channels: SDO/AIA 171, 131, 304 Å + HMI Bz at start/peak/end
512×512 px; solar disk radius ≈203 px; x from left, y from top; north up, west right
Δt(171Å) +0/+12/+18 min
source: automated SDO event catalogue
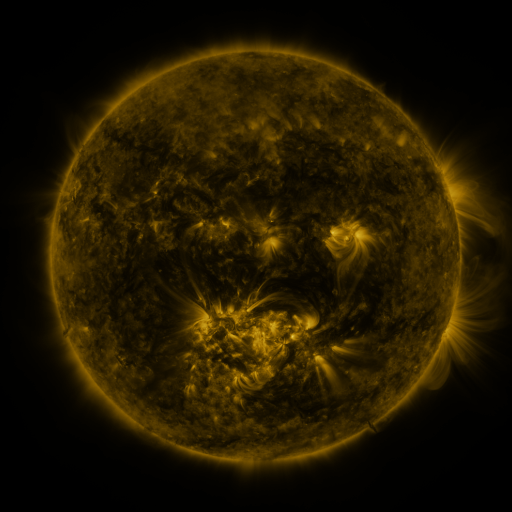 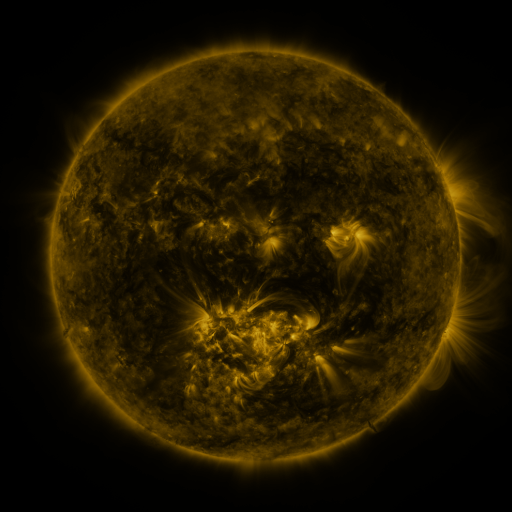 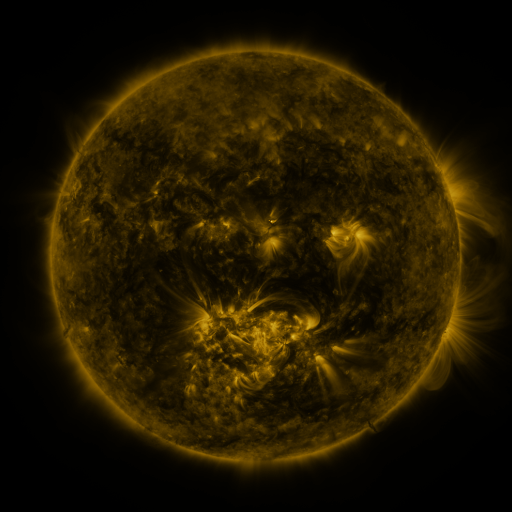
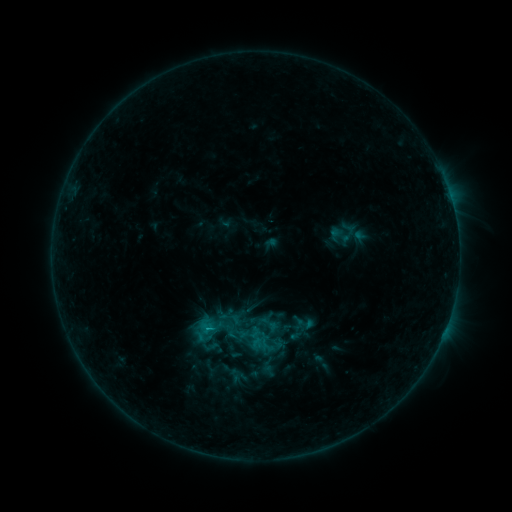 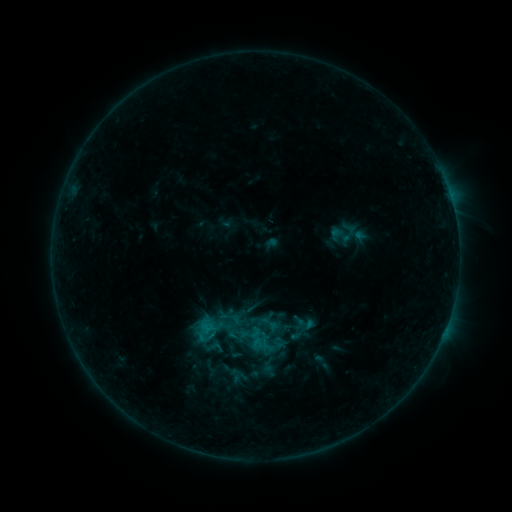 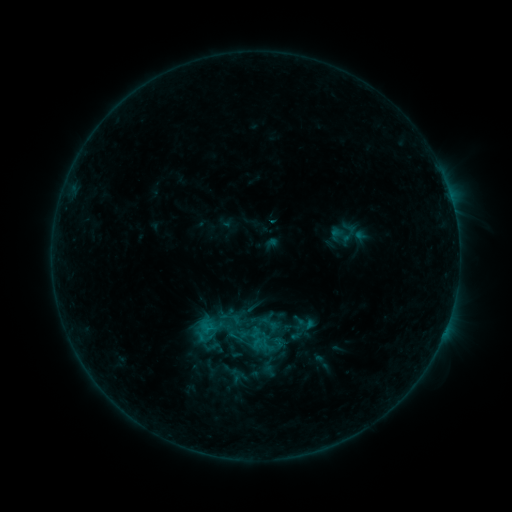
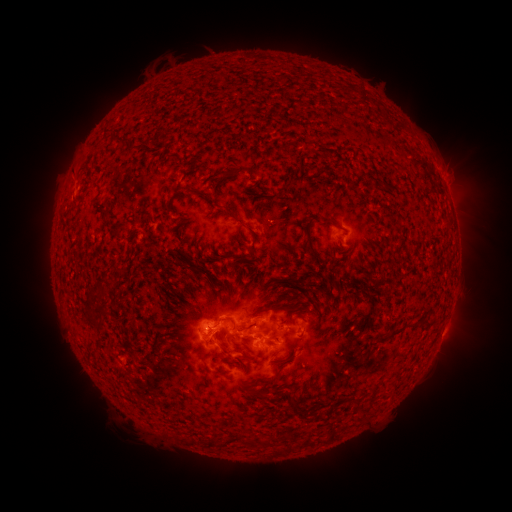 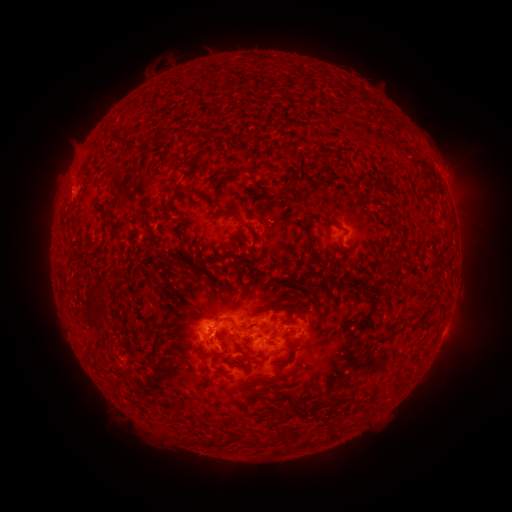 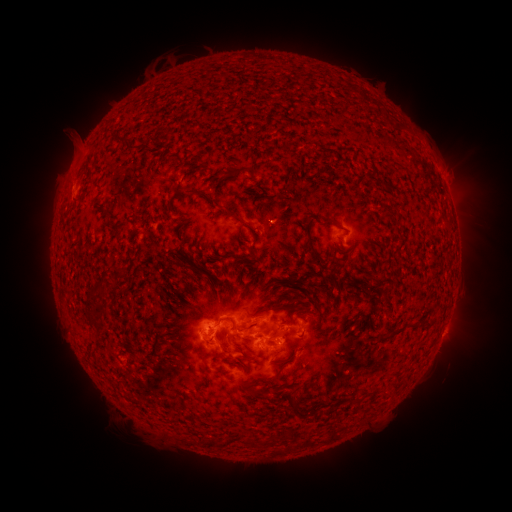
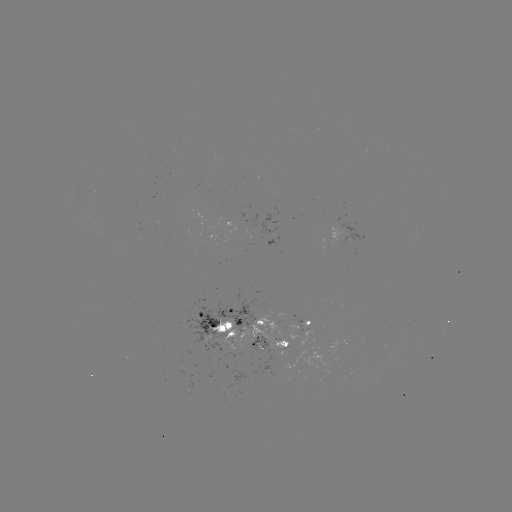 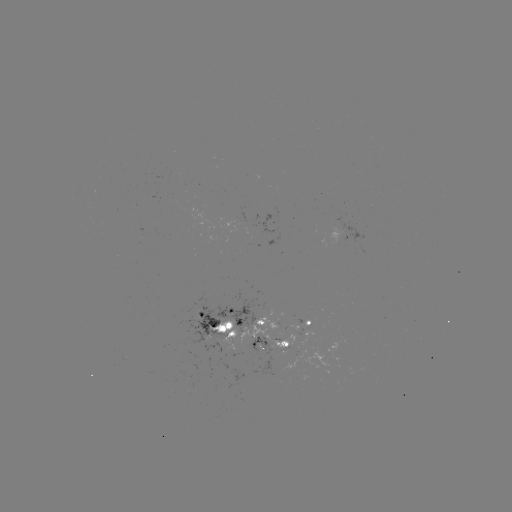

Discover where eruption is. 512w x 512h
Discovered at (72, 160).